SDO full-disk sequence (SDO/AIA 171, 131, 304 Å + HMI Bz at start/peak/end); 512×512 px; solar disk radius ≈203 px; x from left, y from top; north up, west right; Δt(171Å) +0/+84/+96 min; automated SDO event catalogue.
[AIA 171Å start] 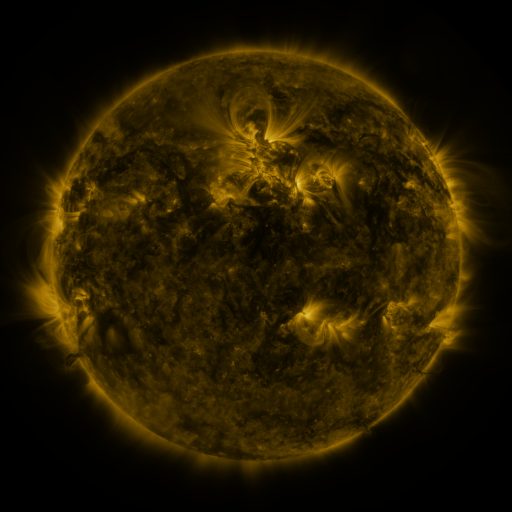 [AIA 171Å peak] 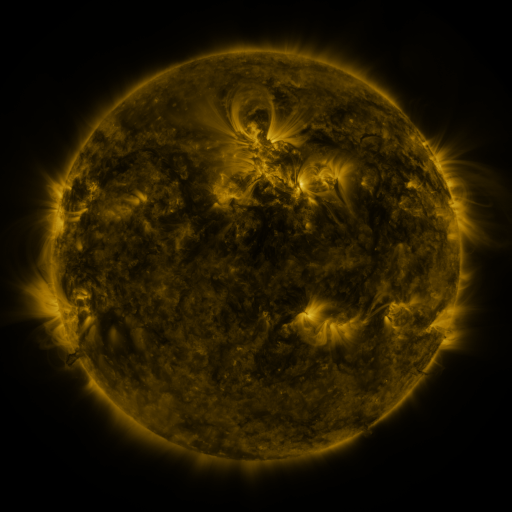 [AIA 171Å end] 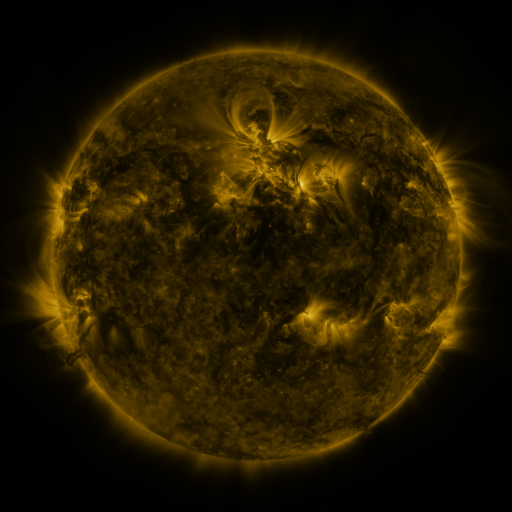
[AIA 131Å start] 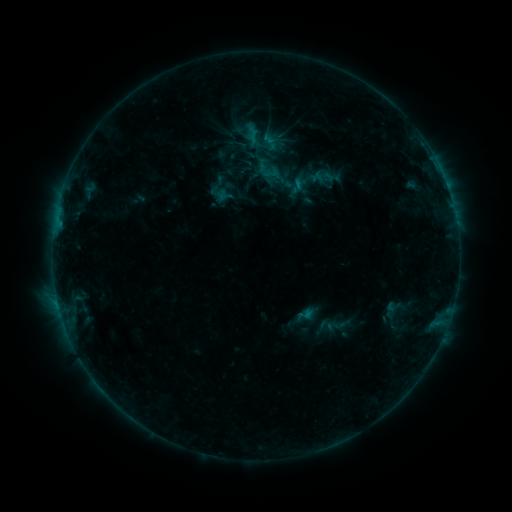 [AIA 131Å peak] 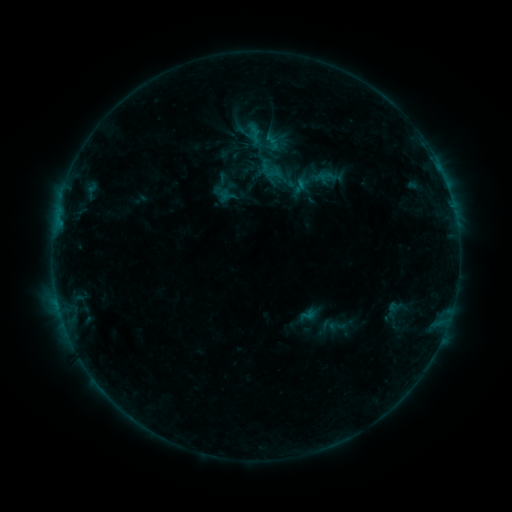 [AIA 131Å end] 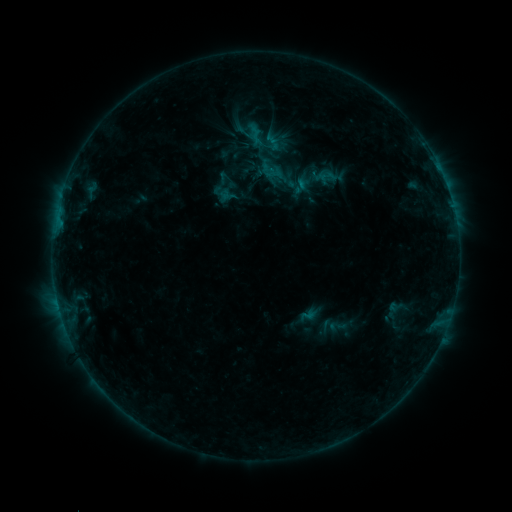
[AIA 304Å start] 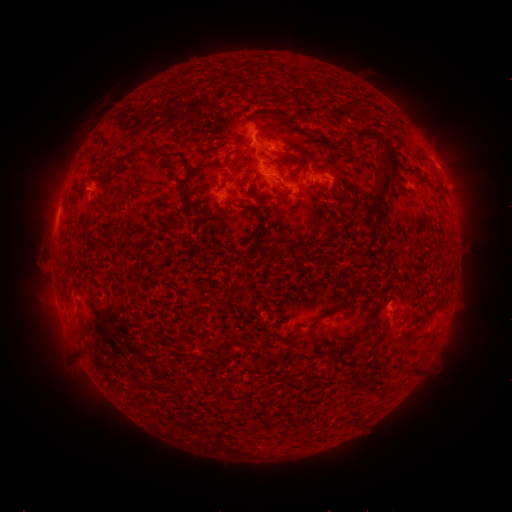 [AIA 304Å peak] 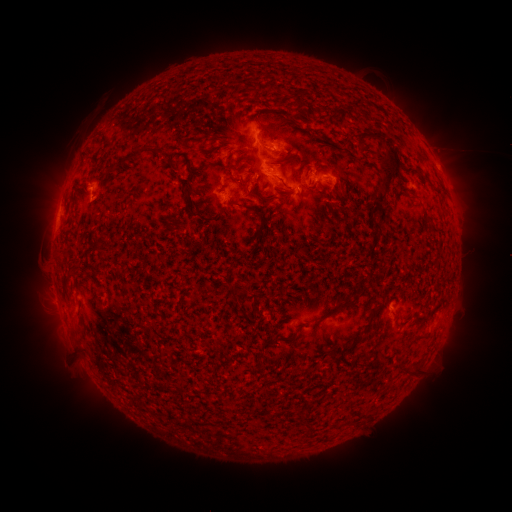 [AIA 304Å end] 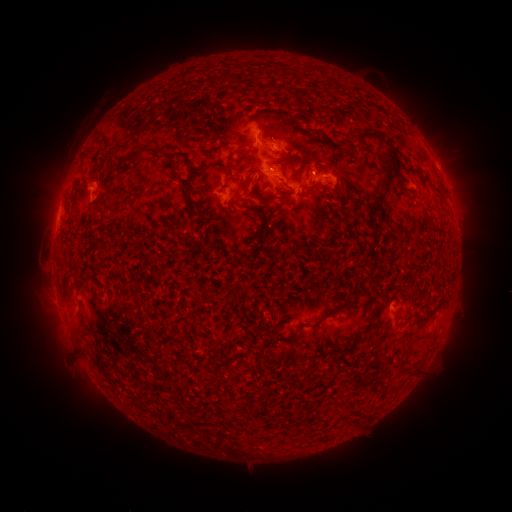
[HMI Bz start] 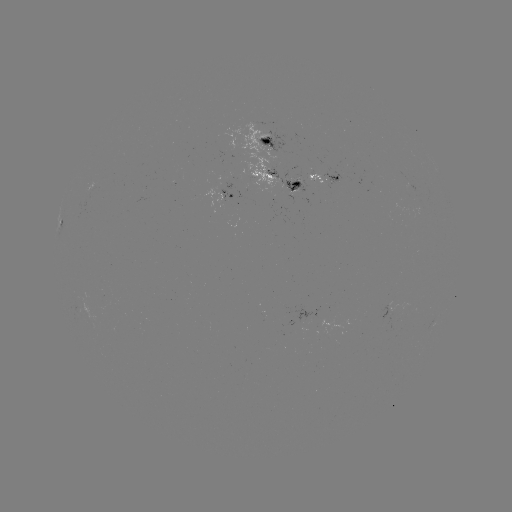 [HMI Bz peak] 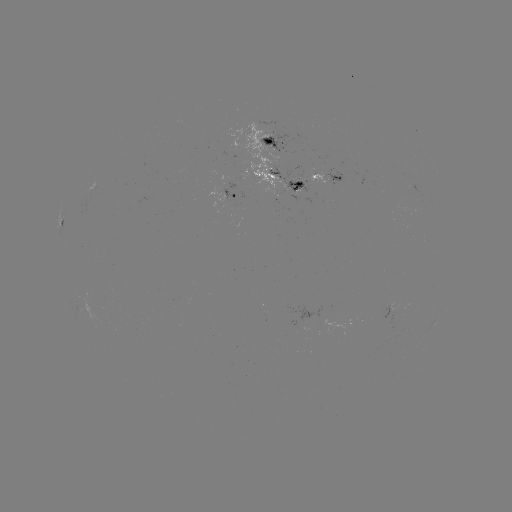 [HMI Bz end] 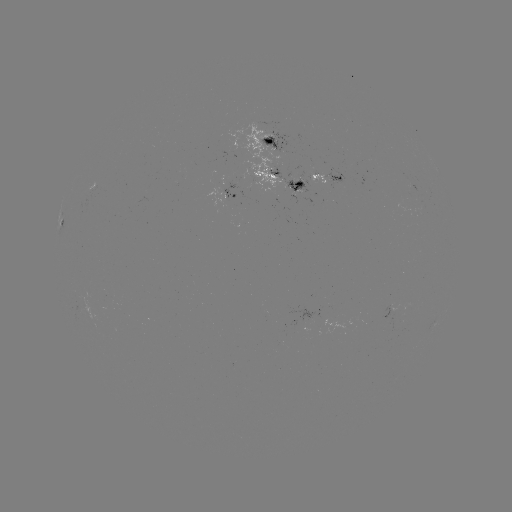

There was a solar emerging-flux region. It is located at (316, 180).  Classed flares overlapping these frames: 1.